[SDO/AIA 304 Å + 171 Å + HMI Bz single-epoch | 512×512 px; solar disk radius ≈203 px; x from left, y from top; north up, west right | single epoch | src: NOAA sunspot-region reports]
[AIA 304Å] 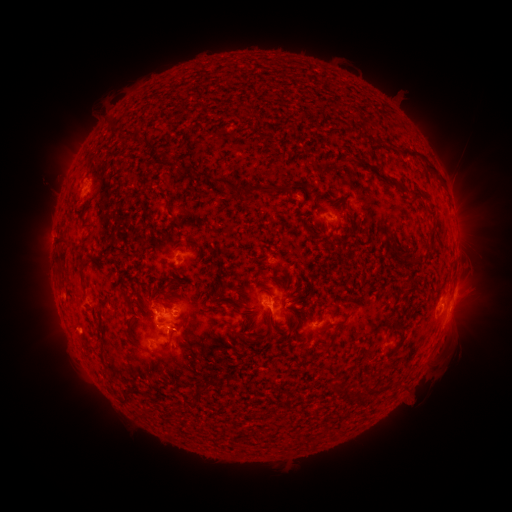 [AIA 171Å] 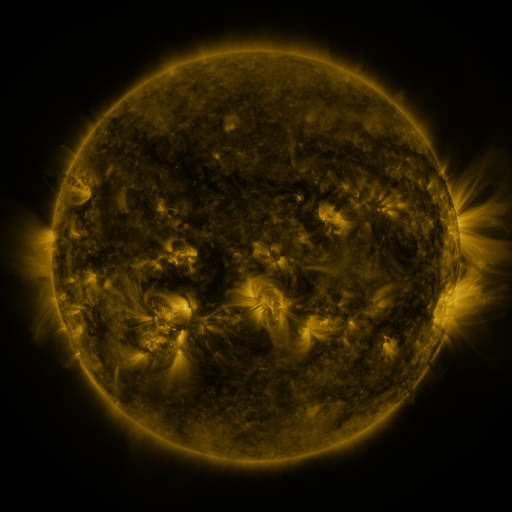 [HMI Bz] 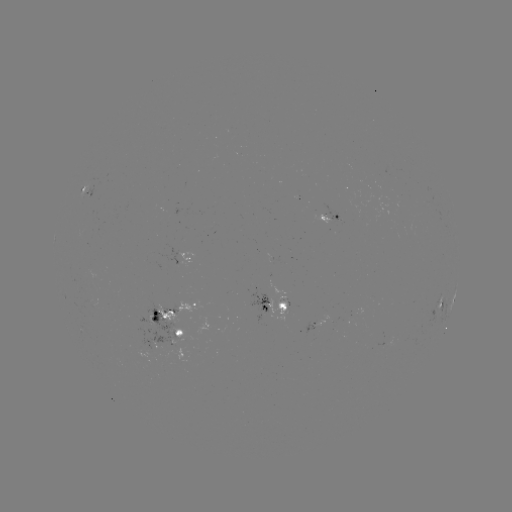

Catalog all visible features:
spotted active region: (86, 189)
spotted active region: (333, 217)
spotted active region: (193, 256)
spotted active region: (277, 303)
spotted active region: (451, 304)
spotted active region: (441, 307)
spotted active region: (174, 309)
spotted active region: (180, 332)
